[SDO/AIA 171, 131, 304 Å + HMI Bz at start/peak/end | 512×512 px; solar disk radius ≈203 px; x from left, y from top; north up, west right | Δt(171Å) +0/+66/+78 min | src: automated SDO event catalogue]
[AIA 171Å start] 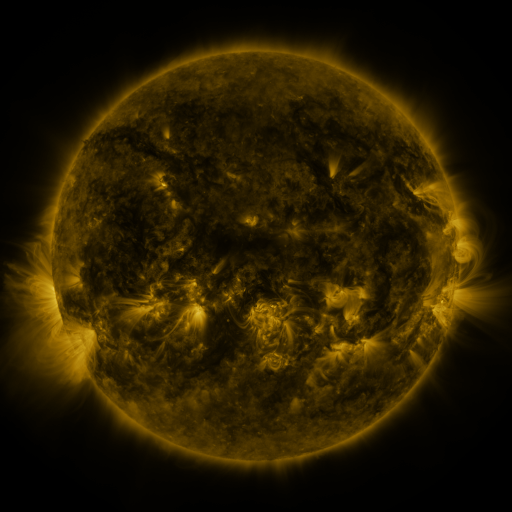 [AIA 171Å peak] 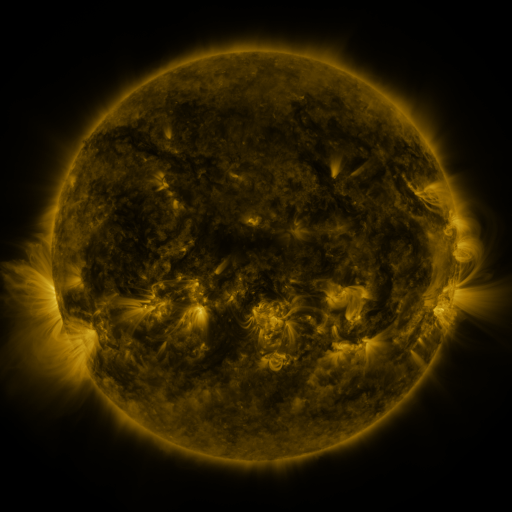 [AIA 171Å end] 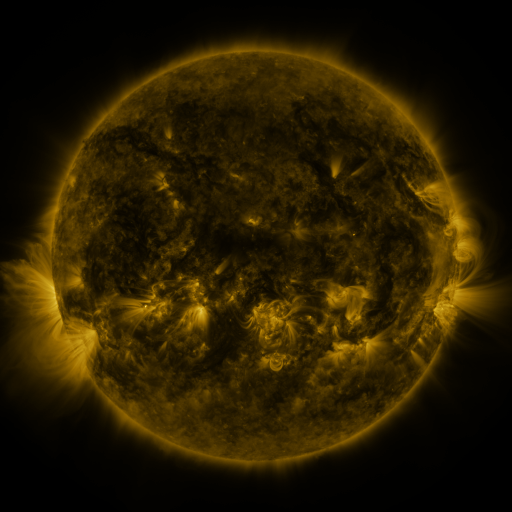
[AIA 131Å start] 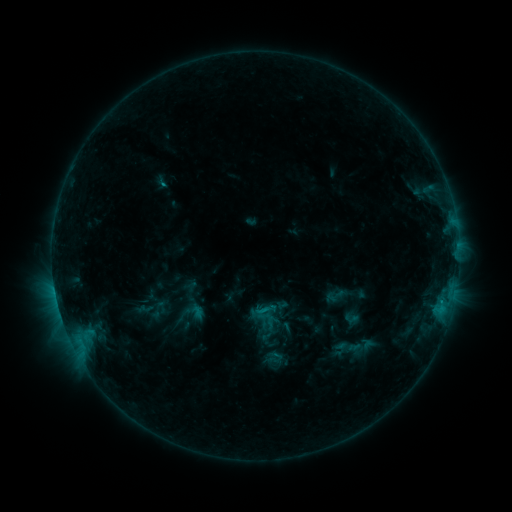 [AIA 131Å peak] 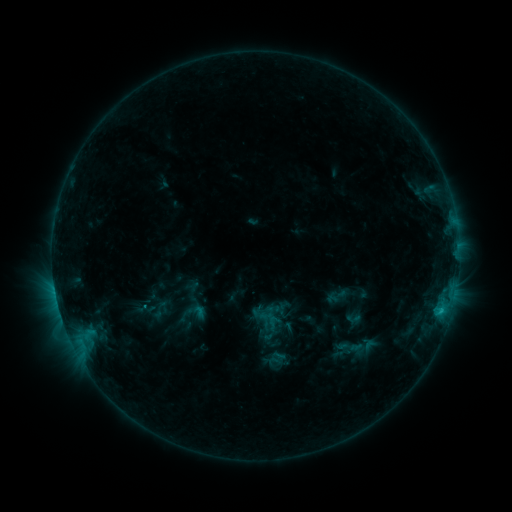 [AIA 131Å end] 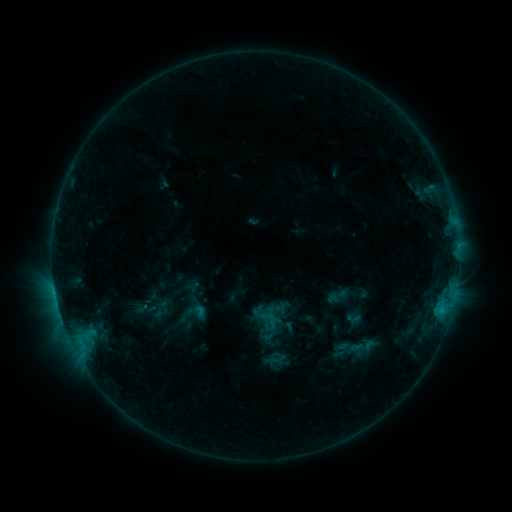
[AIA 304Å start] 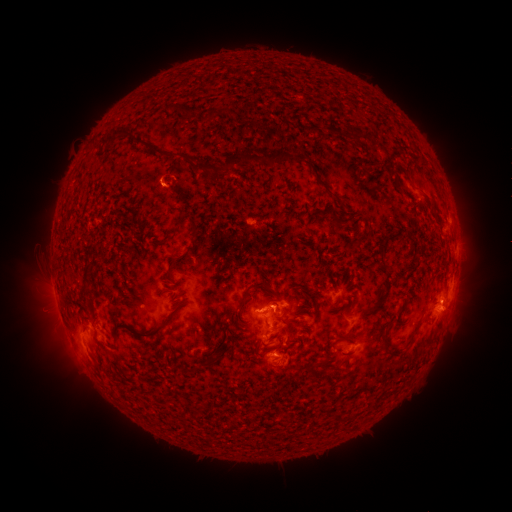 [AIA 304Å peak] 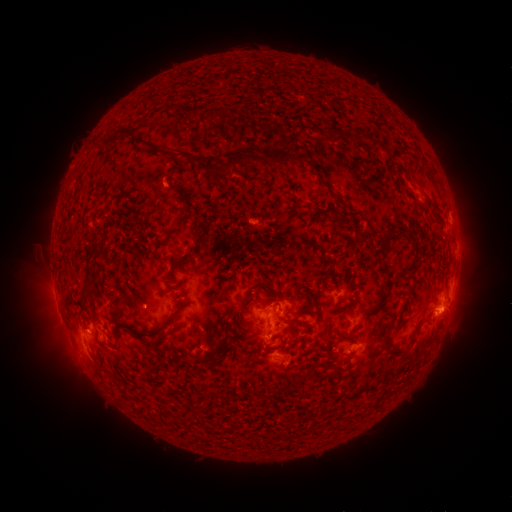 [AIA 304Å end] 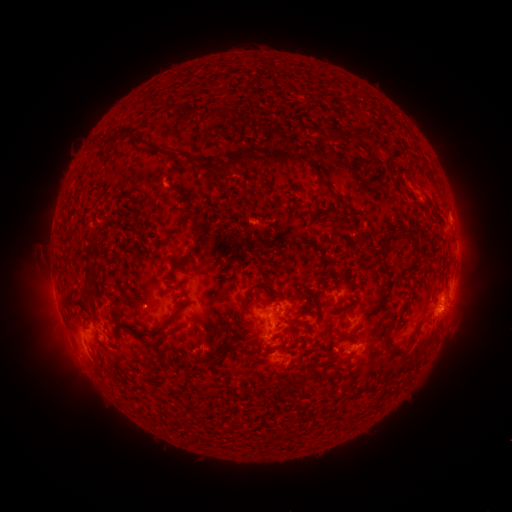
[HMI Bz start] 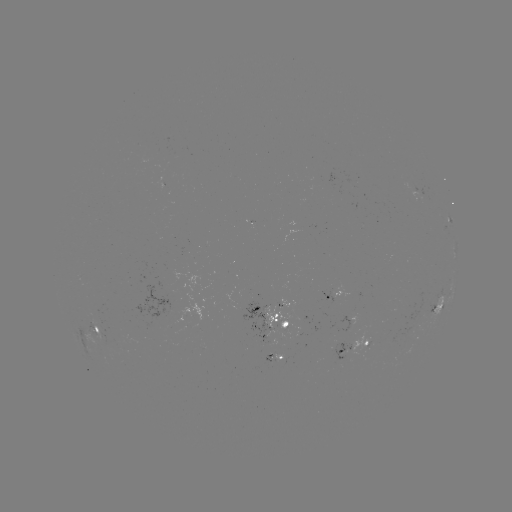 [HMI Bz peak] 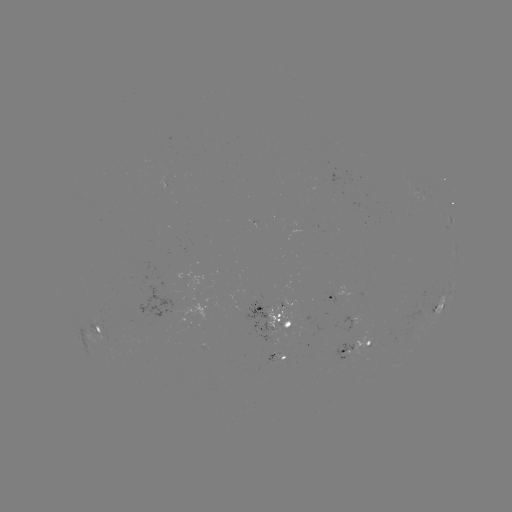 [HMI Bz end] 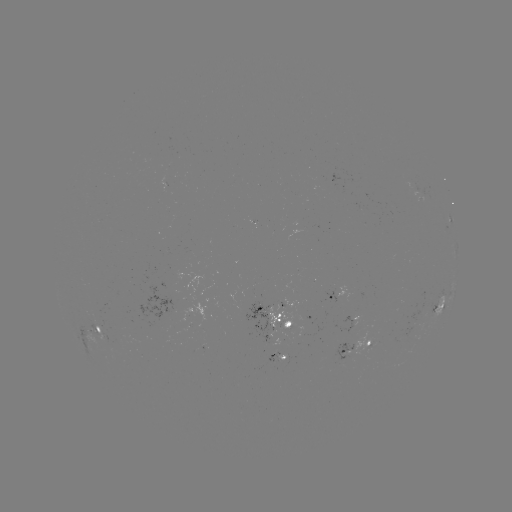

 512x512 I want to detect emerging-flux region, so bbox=[354, 332, 372, 360].